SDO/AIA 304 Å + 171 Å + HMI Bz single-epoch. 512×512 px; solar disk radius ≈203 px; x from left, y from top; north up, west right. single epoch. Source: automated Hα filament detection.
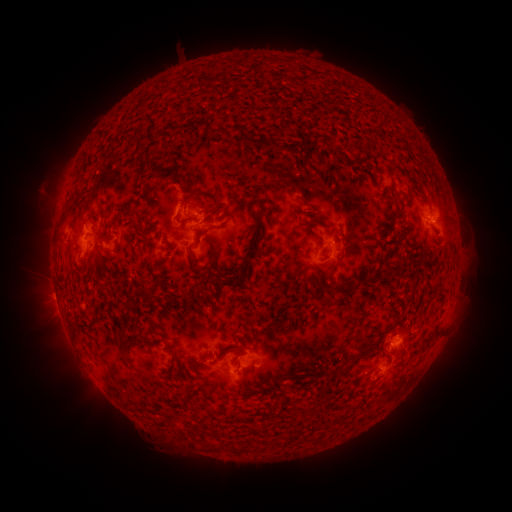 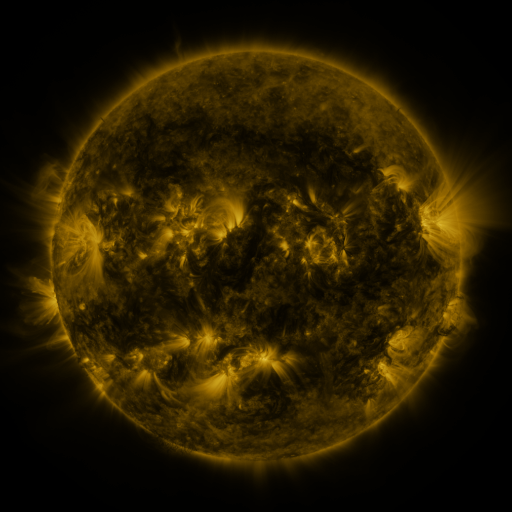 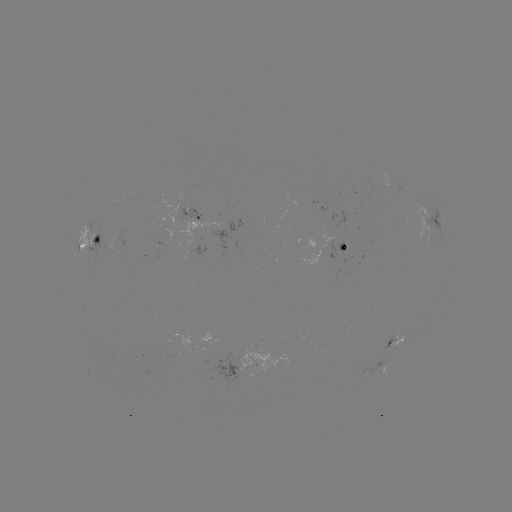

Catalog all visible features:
filament: (261, 142)
filament: (412, 189)
filament: (188, 196)
filament: (234, 278)
filament: (356, 286)
filament: (362, 354)
filament: (243, 388)
